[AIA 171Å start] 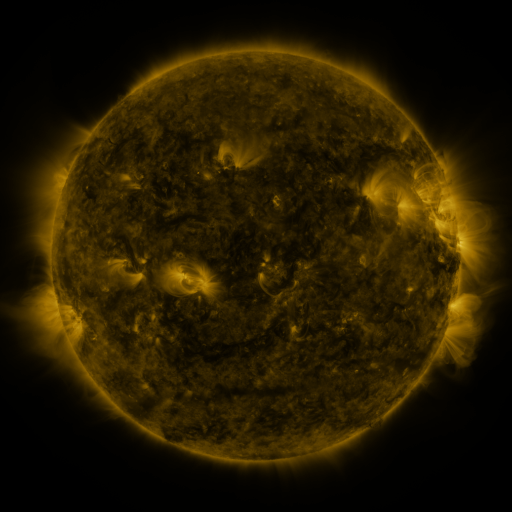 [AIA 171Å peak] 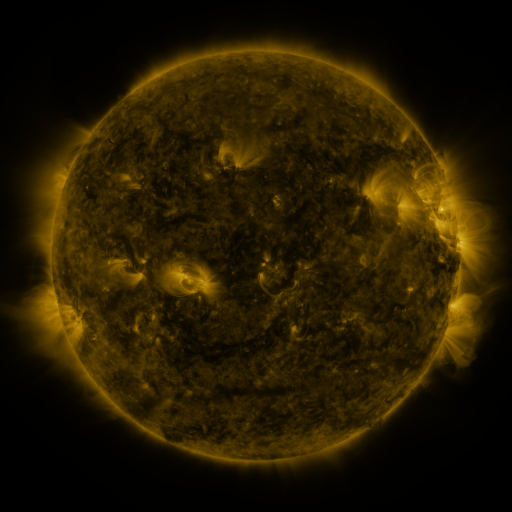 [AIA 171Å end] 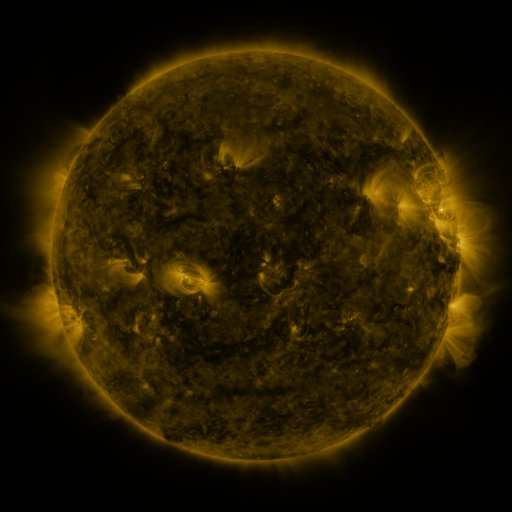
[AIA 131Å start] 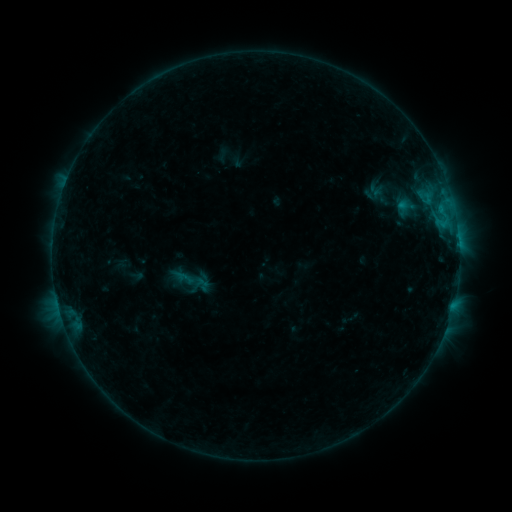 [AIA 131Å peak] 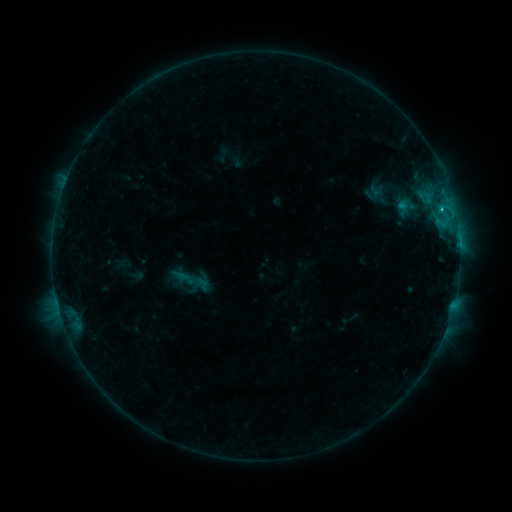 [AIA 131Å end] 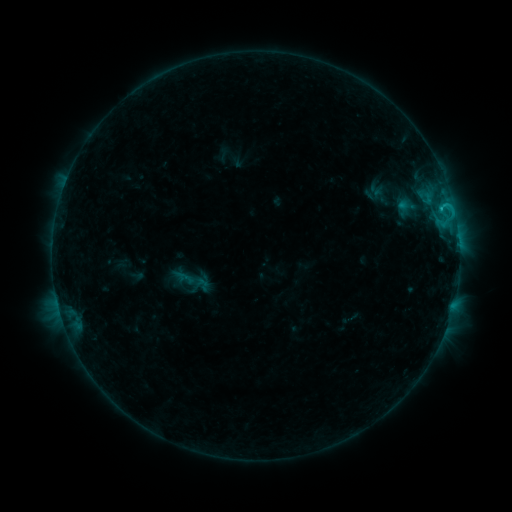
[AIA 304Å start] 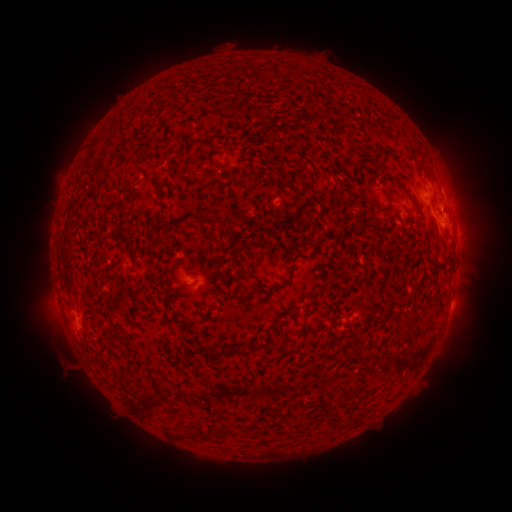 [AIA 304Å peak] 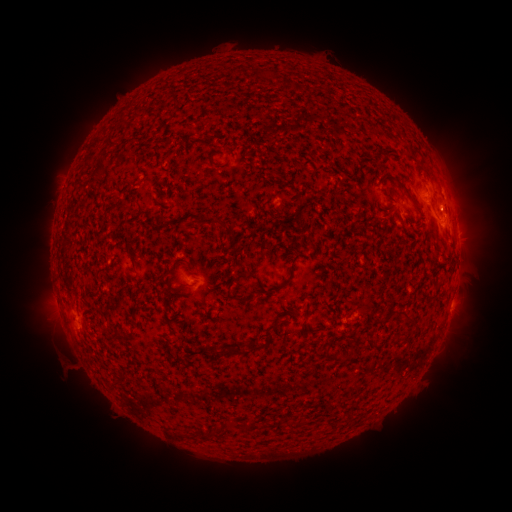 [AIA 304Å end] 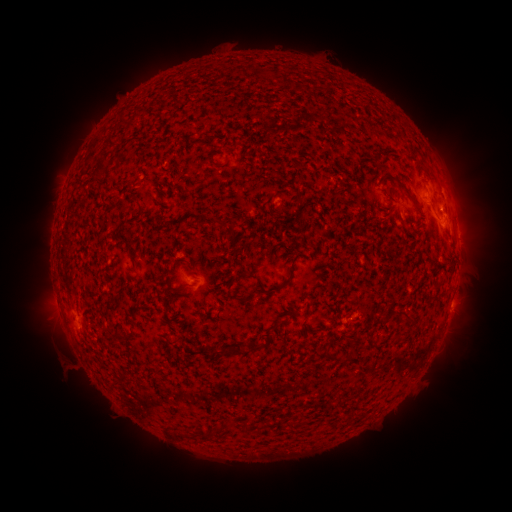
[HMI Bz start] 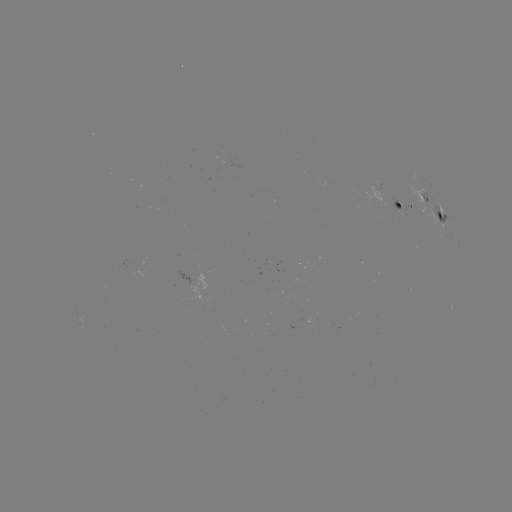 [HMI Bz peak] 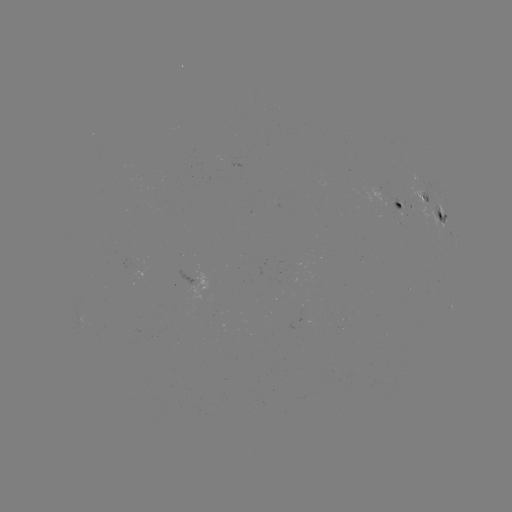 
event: flare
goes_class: C1.0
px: (441, 211)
